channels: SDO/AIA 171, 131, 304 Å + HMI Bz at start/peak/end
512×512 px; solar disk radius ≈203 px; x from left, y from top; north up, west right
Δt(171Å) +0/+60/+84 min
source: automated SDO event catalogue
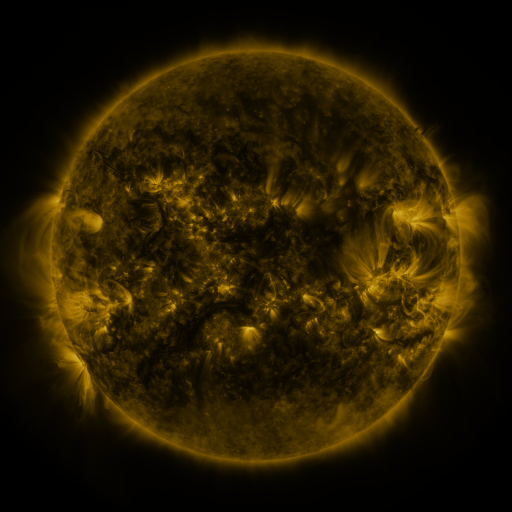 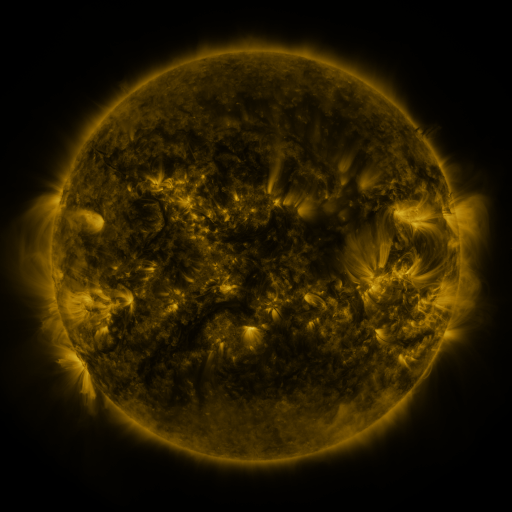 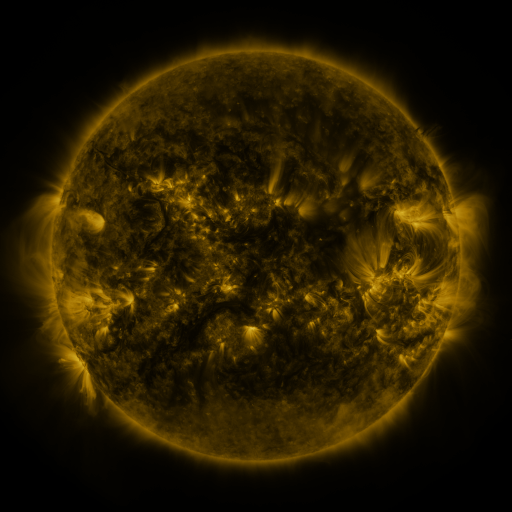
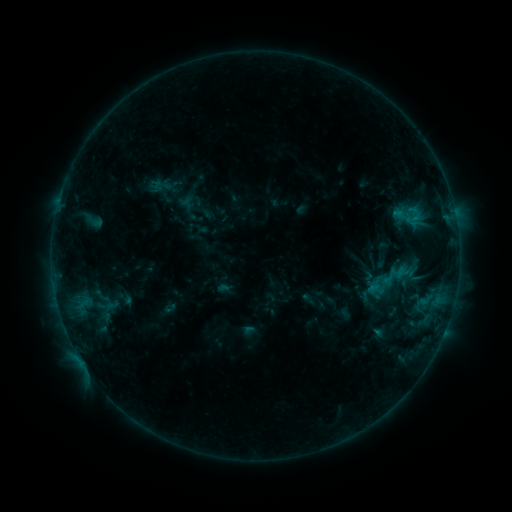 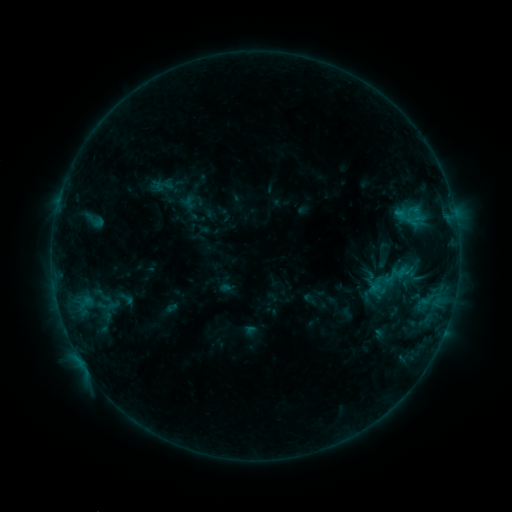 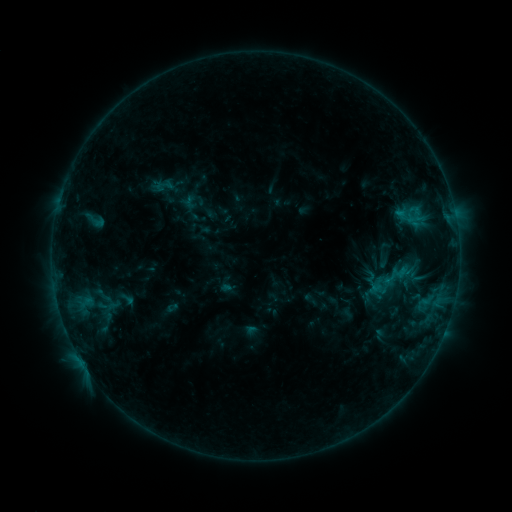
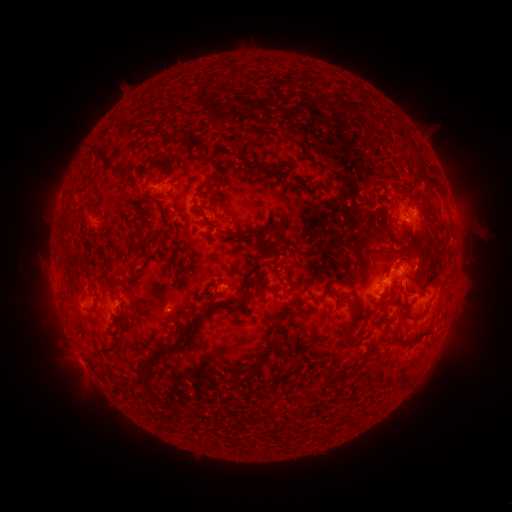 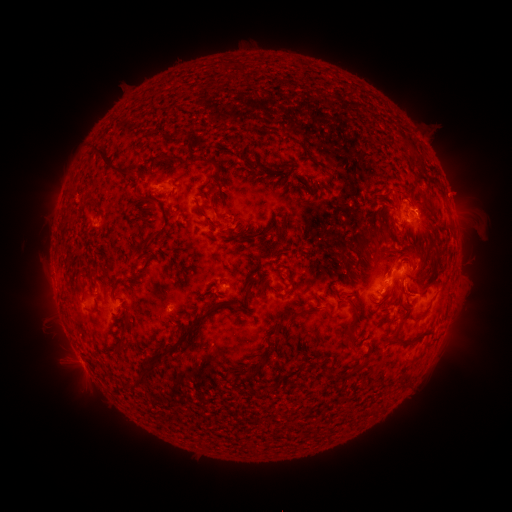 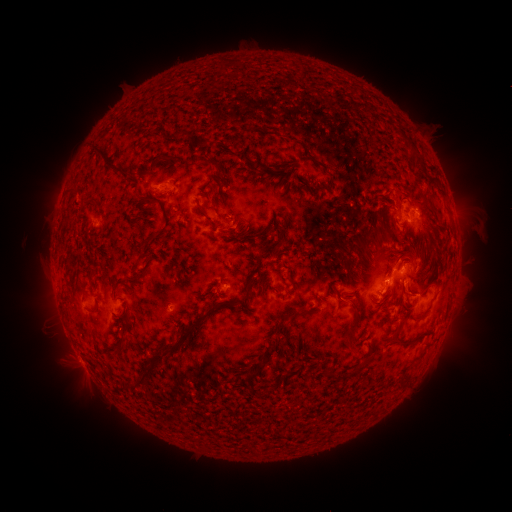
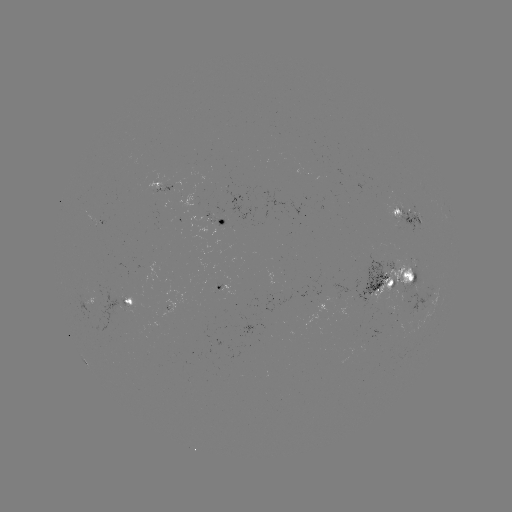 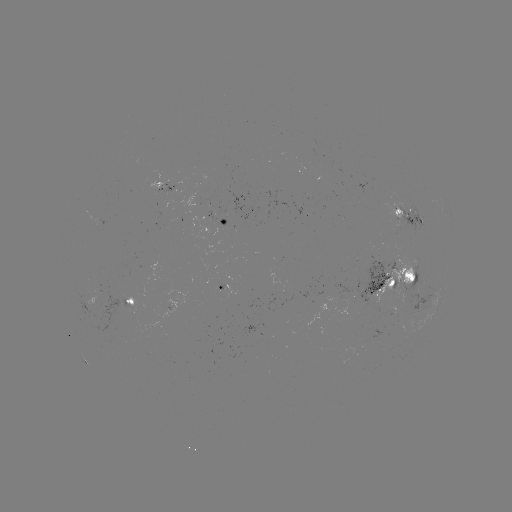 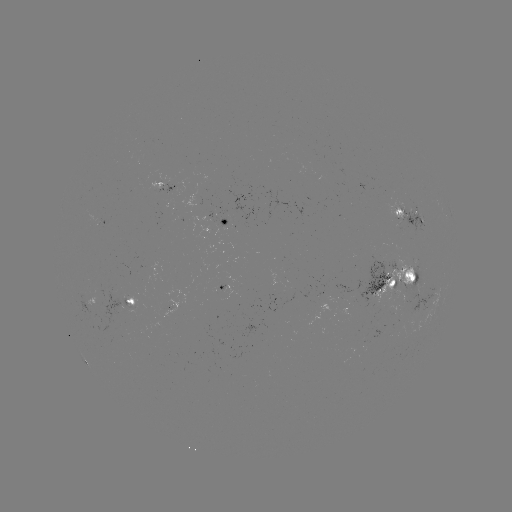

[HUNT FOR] emerging-flux region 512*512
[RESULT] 398,282